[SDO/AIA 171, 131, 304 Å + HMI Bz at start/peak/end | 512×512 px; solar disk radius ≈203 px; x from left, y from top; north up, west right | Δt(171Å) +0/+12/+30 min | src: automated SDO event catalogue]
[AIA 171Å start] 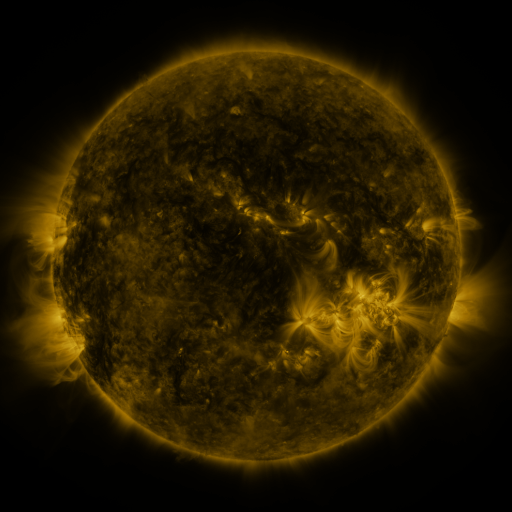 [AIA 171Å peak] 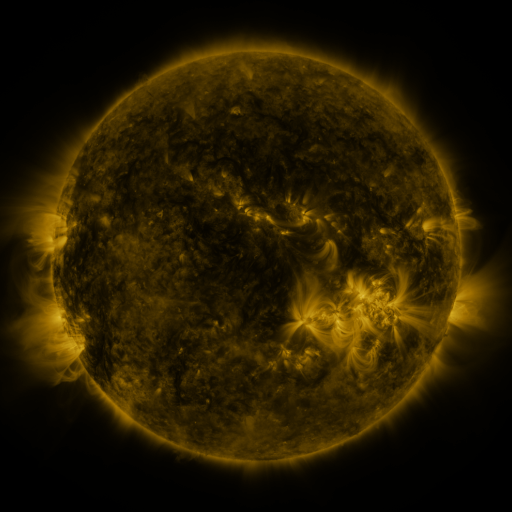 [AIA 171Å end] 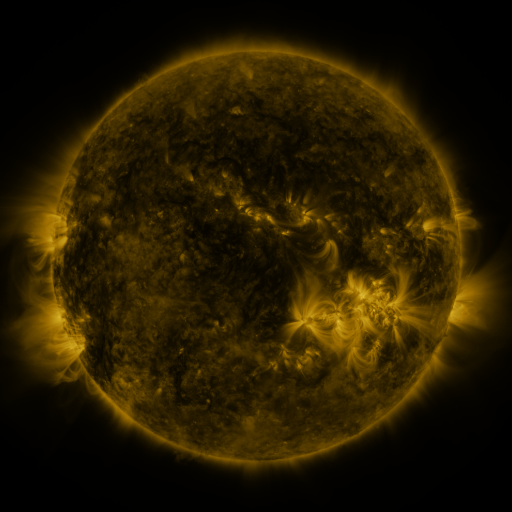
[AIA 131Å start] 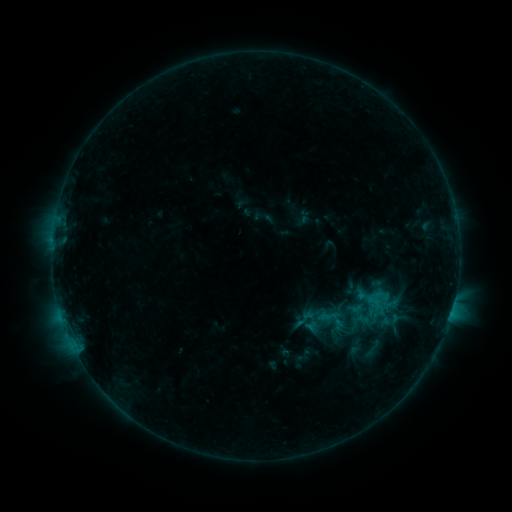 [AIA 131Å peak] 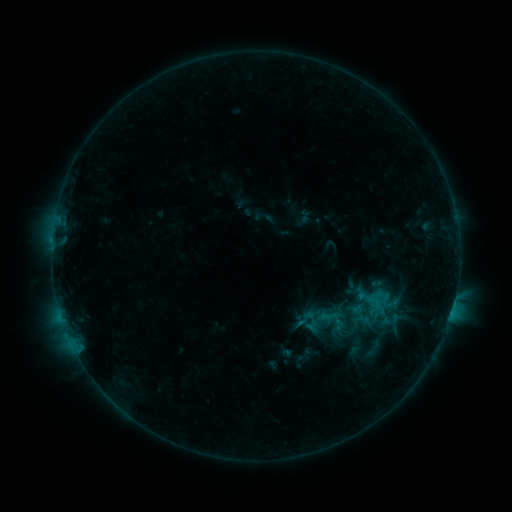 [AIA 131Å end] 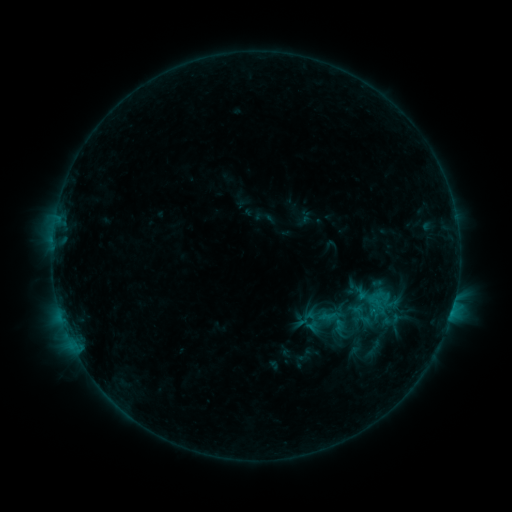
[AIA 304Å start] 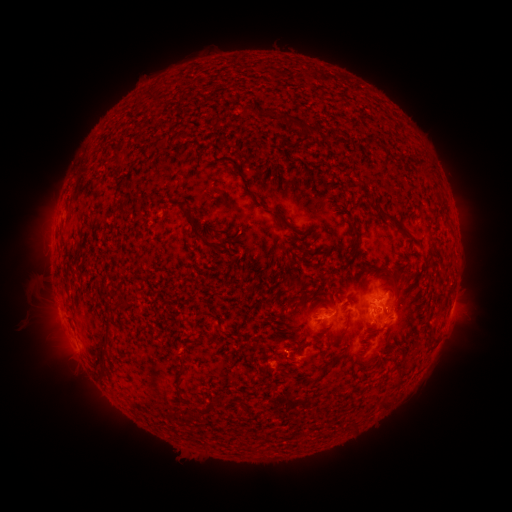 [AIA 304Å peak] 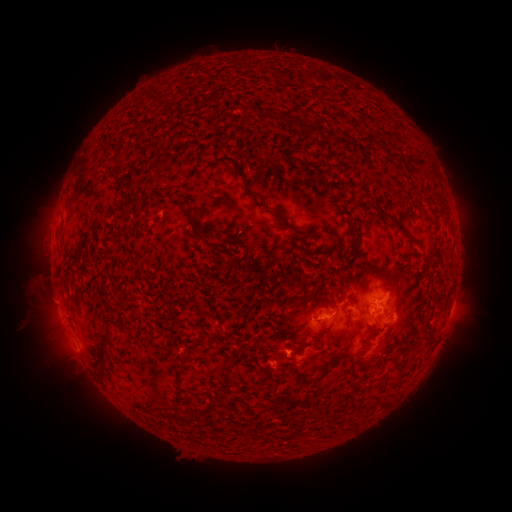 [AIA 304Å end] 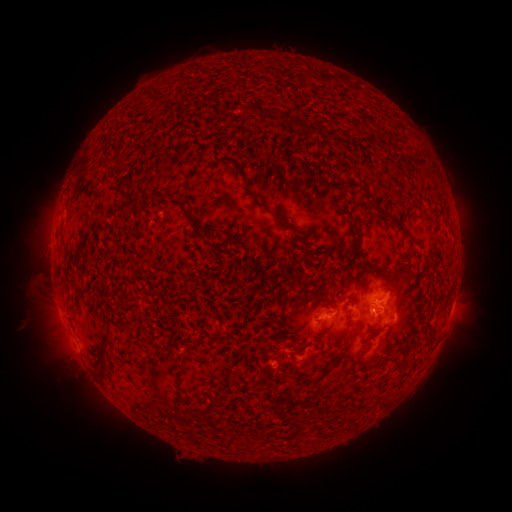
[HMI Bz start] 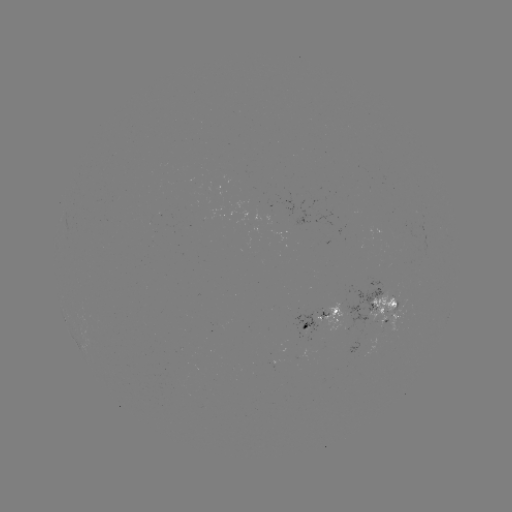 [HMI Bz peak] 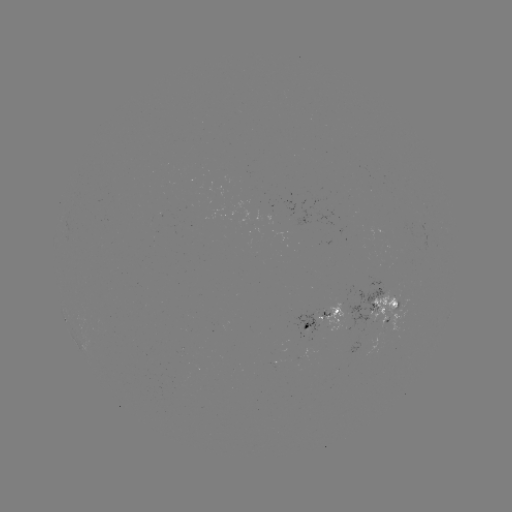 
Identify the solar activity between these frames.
nothing was catalogued: no classed flare, no EUV trigger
